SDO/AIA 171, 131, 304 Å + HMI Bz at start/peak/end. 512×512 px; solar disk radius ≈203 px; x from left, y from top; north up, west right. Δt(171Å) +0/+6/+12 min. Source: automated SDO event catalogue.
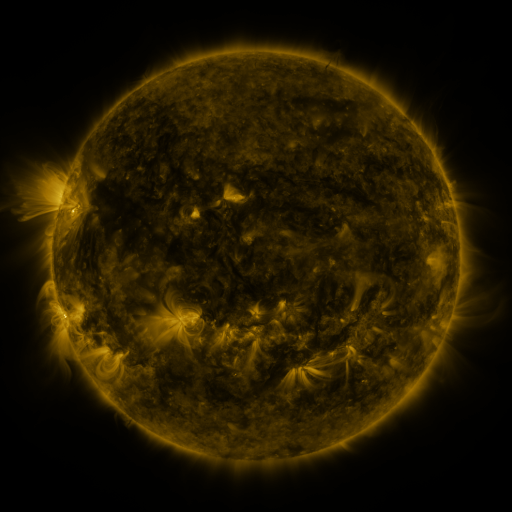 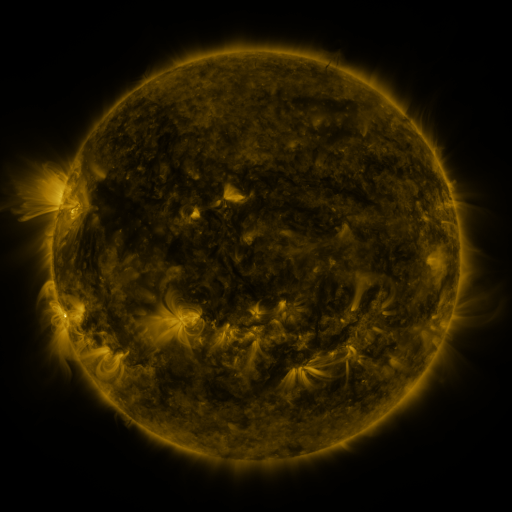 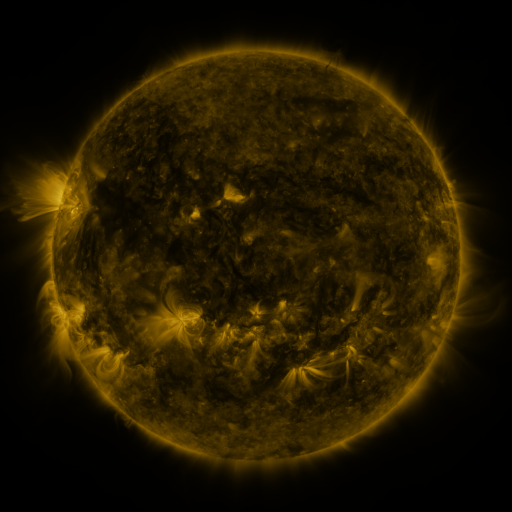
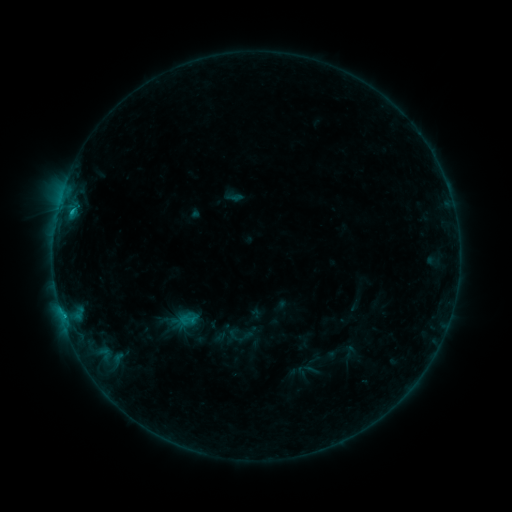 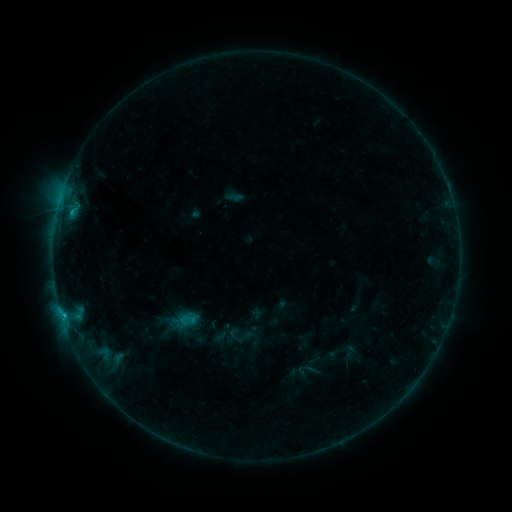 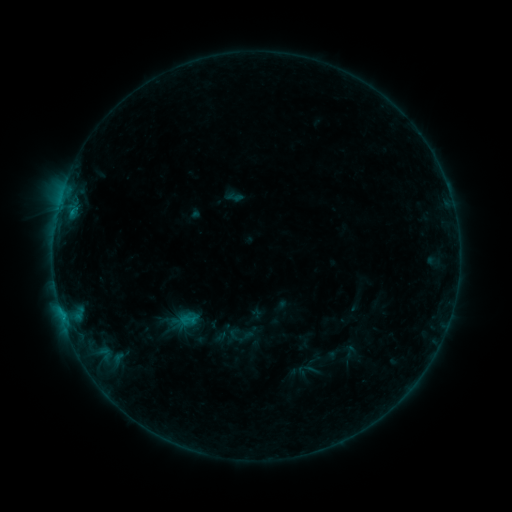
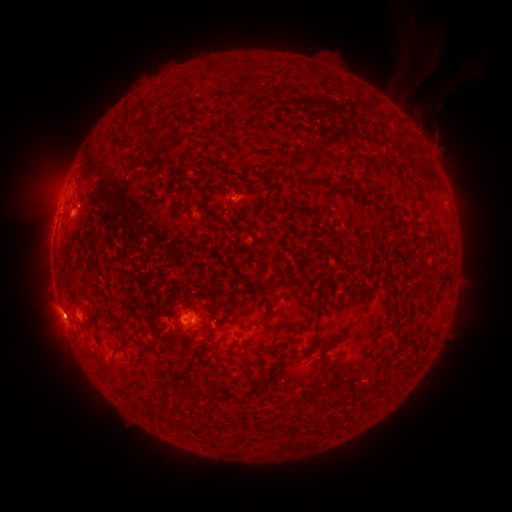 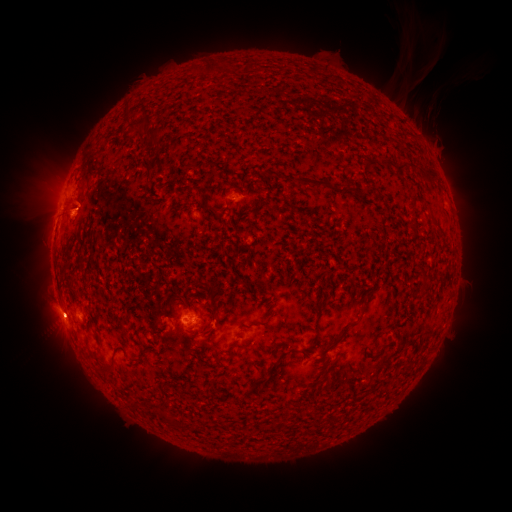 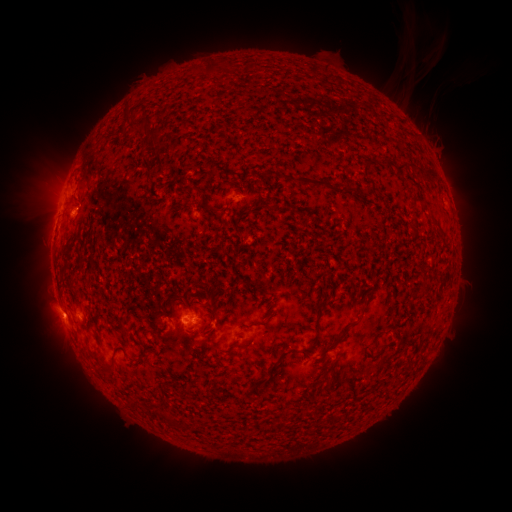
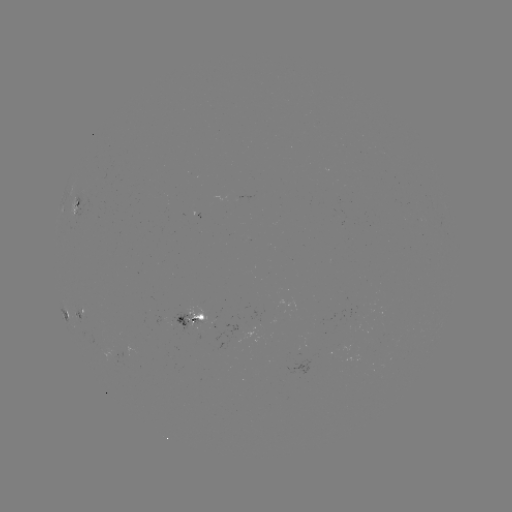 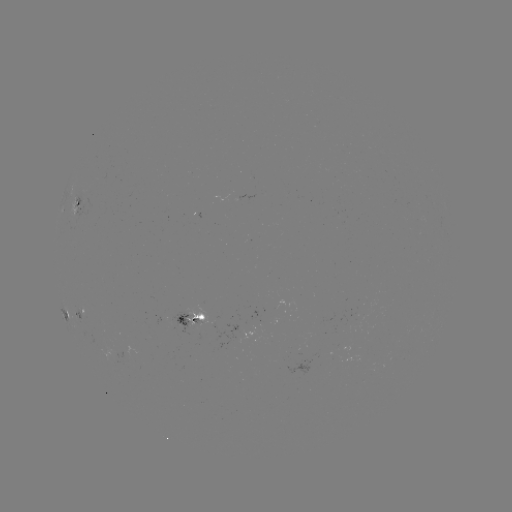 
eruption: (68, 188, 101, 220)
